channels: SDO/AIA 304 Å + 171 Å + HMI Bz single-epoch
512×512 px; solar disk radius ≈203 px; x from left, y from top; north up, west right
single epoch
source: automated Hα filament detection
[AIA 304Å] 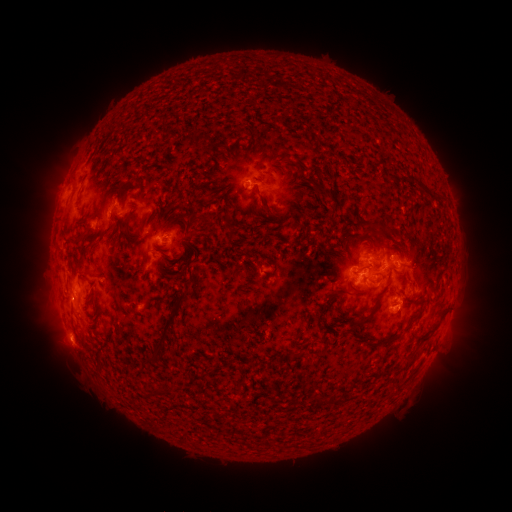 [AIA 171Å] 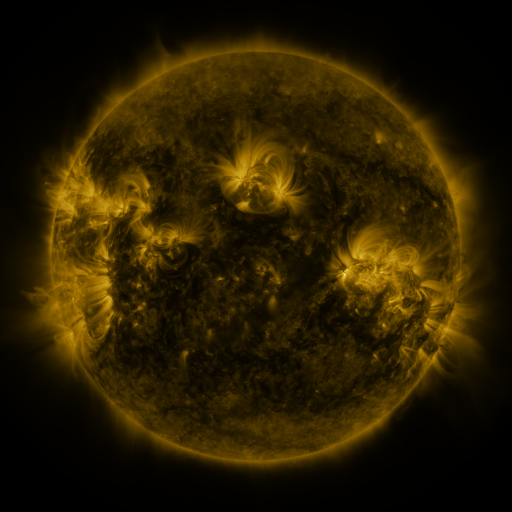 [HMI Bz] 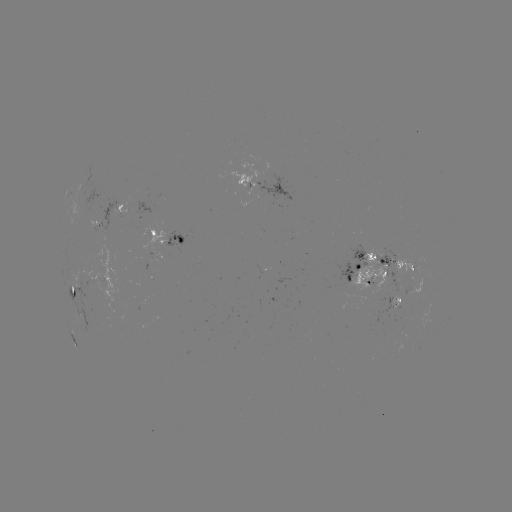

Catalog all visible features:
filament: (274, 119)
filament: (253, 148)
filament: (309, 178)
filament: (140, 189)
filament: (78, 202)
filament: (103, 205)
filament: (265, 209)
filament: (173, 215)
filament: (227, 215)
filament: (143, 221)
filament: (128, 233)
filament: (80, 240)
filament: (344, 241)
filament: (127, 244)
filament: (150, 259)
filament: (378, 264)
filament: (238, 270)
filament: (275, 270)
filament: (390, 276)
filament: (175, 277)
filament: (83, 280)
filament: (354, 287)
filament: (336, 292)
filament: (73, 294)
filament: (175, 316)
filament: (362, 319)
filament: (434, 327)
filament: (324, 338)
filament: (300, 354)
filament: (158, 355)
filament: (322, 395)
filament: (336, 398)
